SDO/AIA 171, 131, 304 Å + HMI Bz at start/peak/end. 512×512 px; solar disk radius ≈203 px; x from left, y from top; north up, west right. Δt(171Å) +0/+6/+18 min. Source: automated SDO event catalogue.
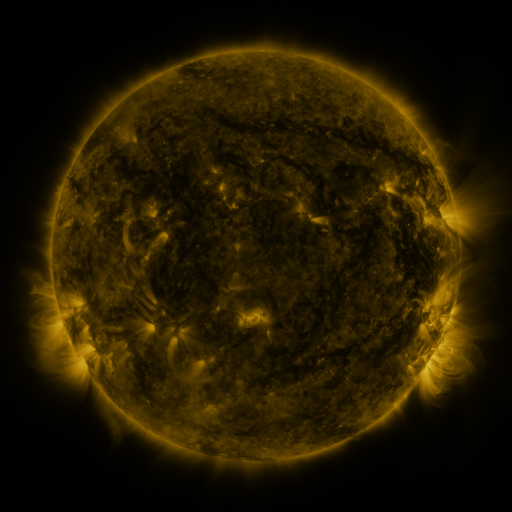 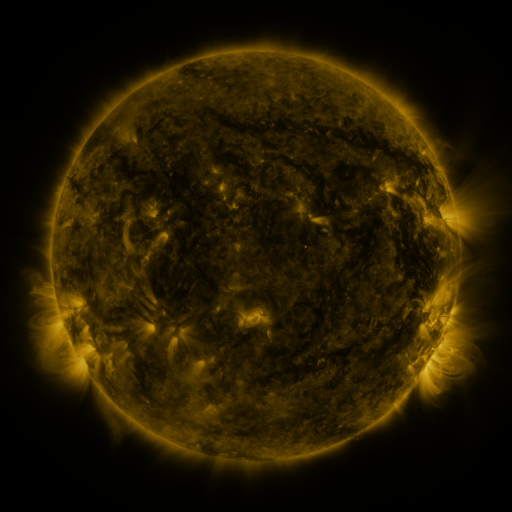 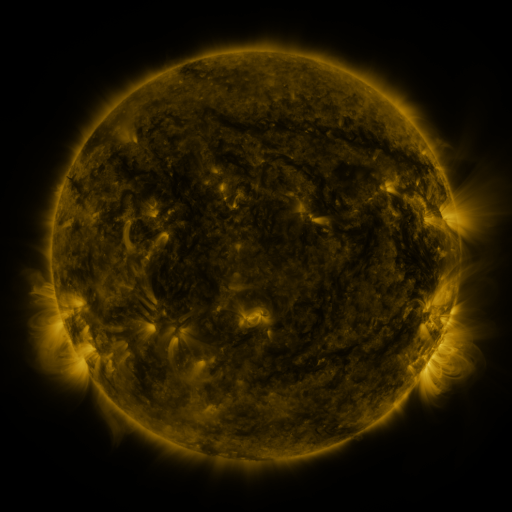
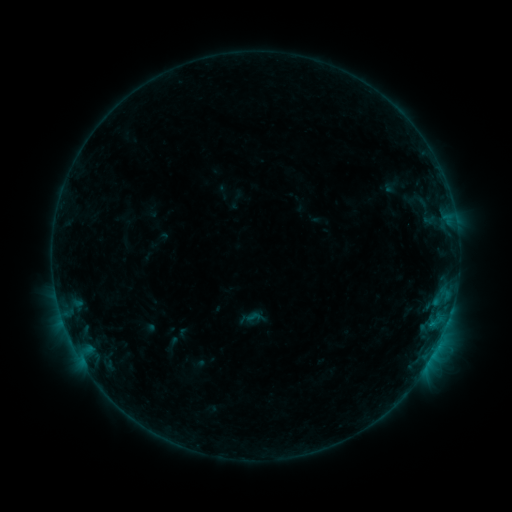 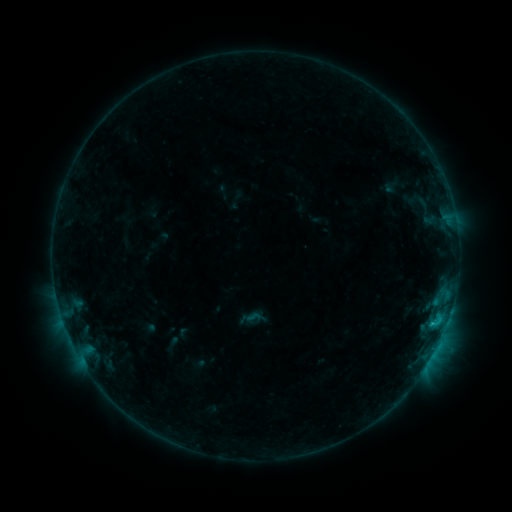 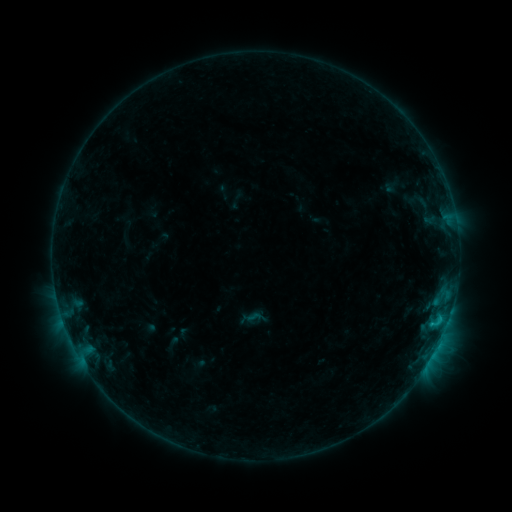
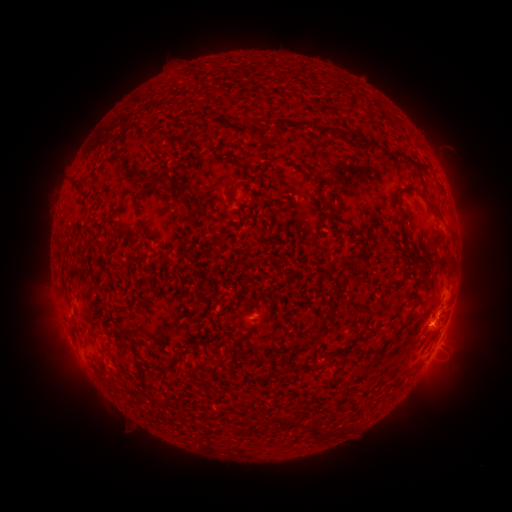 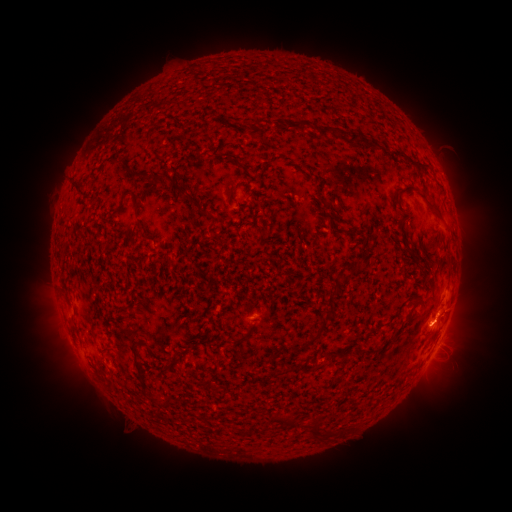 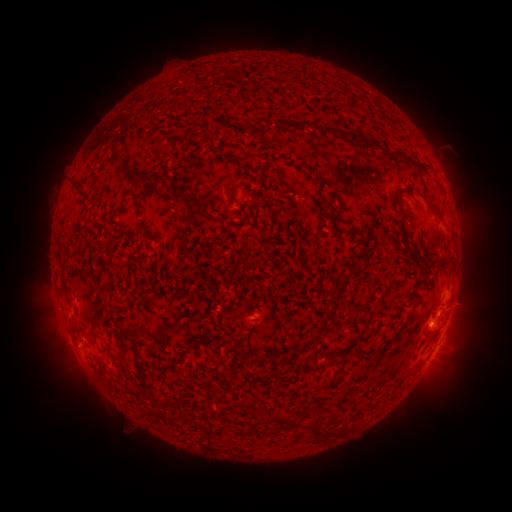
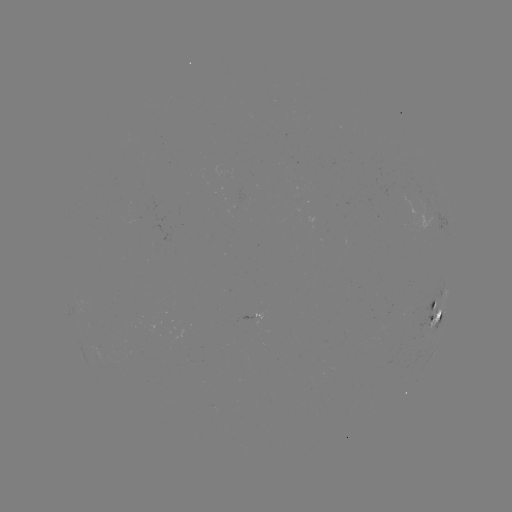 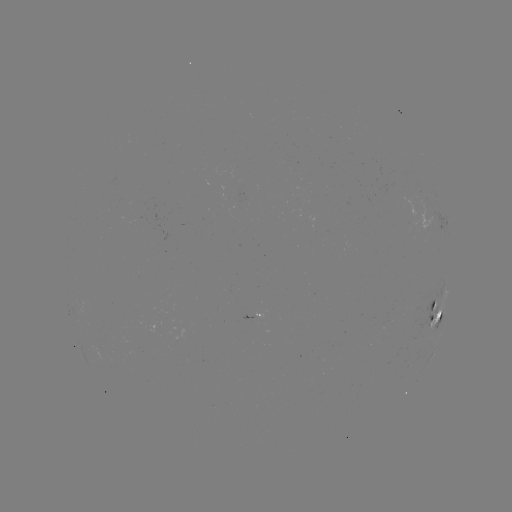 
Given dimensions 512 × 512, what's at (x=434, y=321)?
C1.0 flare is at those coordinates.